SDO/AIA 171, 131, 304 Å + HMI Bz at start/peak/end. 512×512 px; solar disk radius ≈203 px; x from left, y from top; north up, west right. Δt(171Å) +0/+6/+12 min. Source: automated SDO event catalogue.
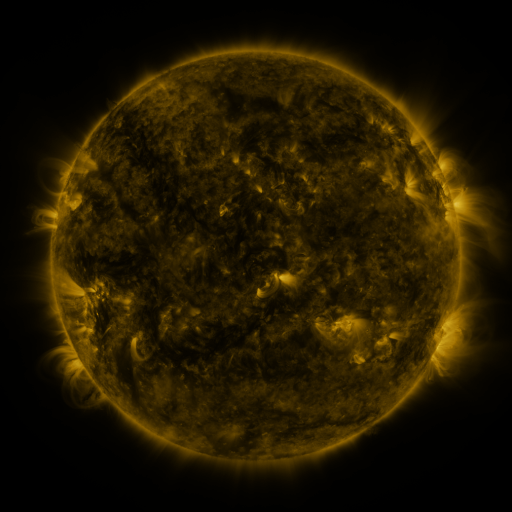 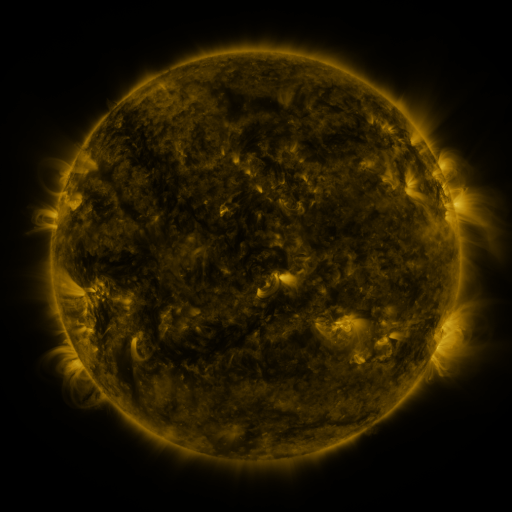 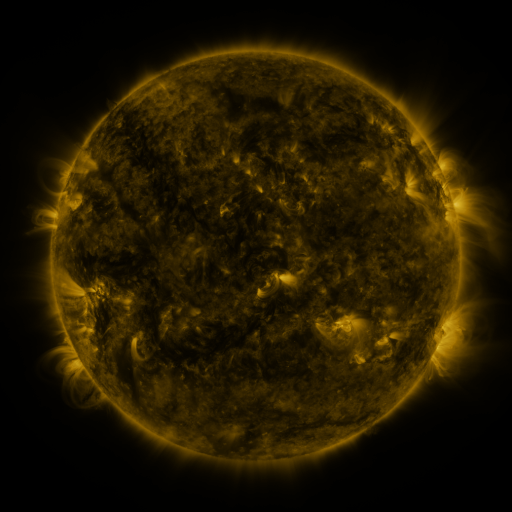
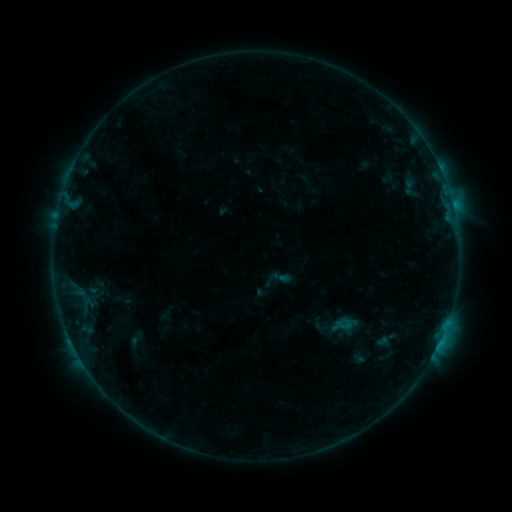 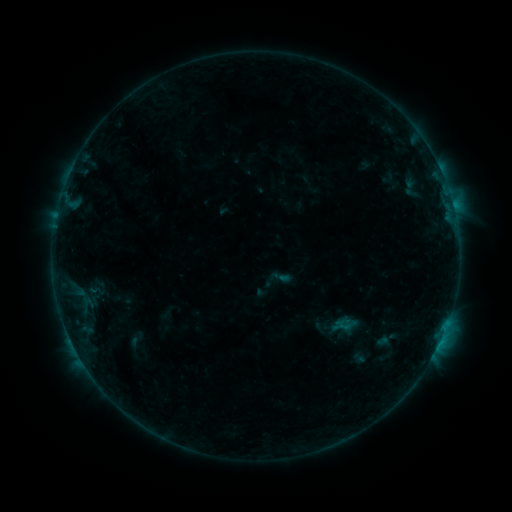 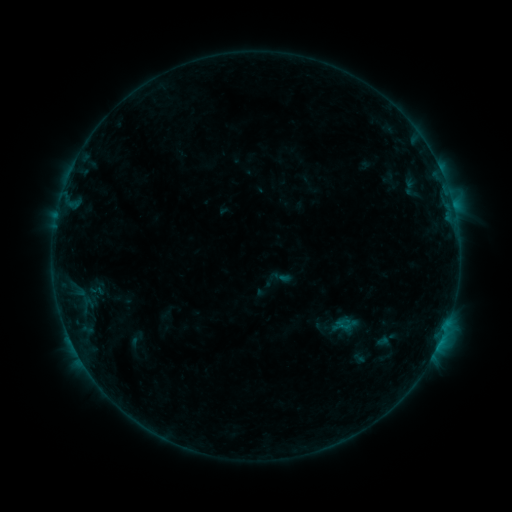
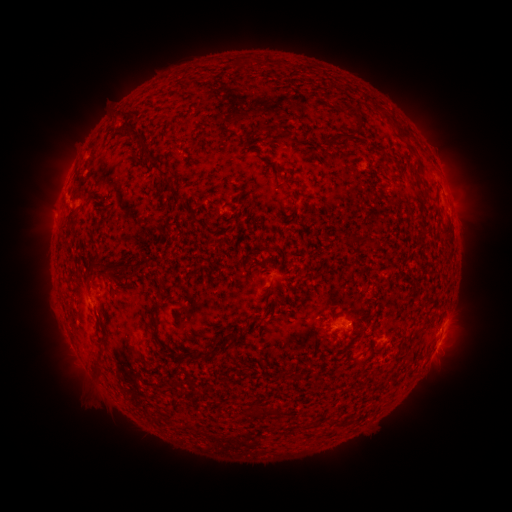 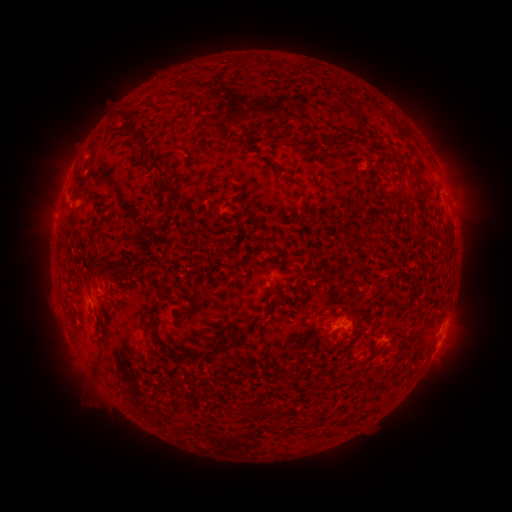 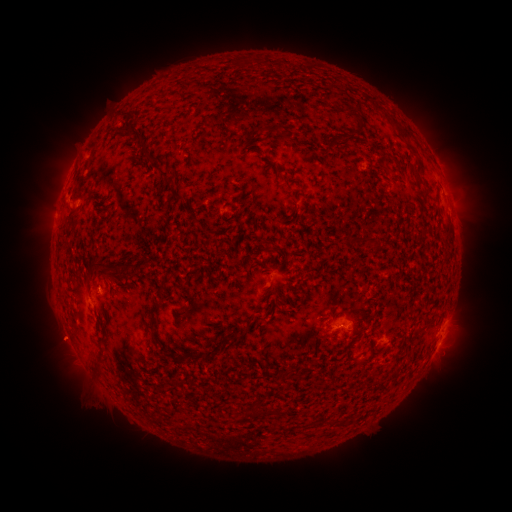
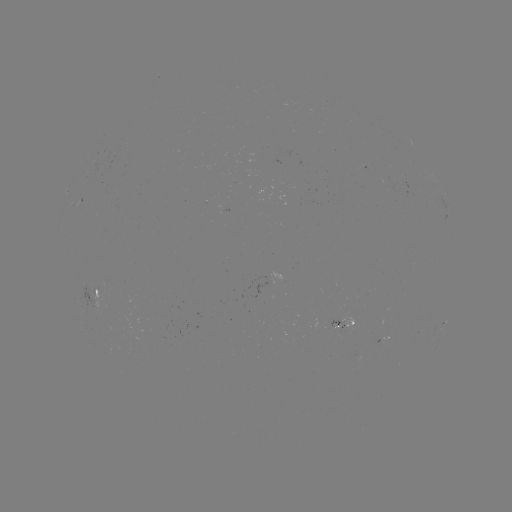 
no classed flare was catalogued and no EUV brightening was flagged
